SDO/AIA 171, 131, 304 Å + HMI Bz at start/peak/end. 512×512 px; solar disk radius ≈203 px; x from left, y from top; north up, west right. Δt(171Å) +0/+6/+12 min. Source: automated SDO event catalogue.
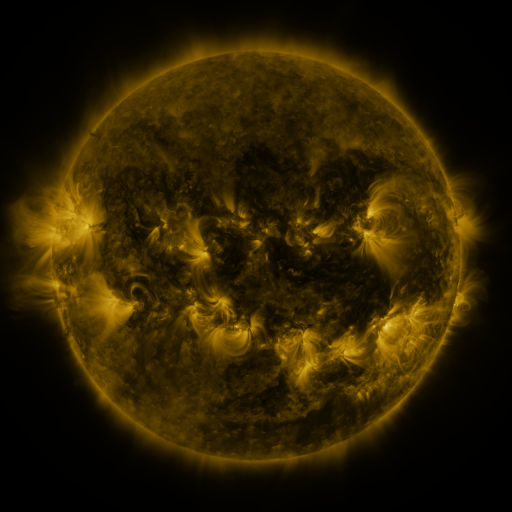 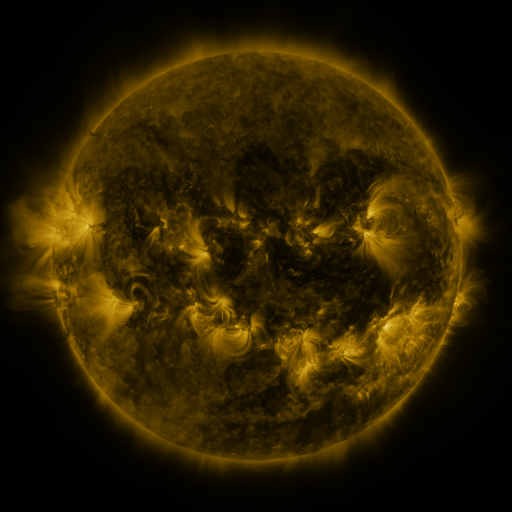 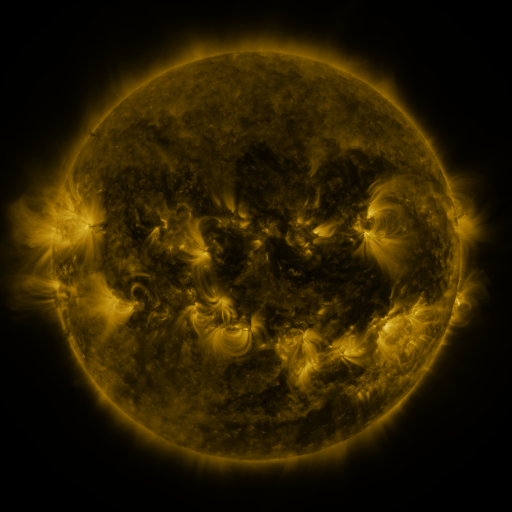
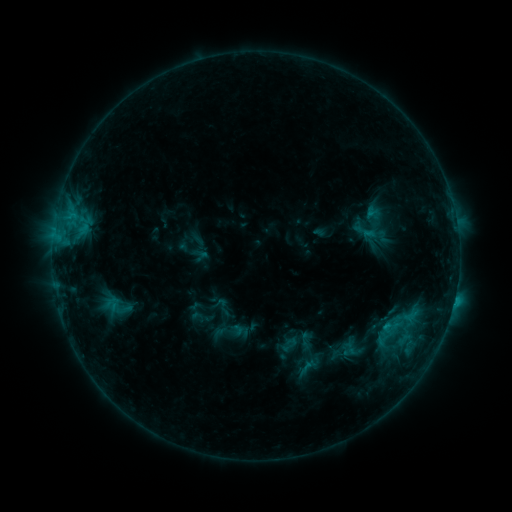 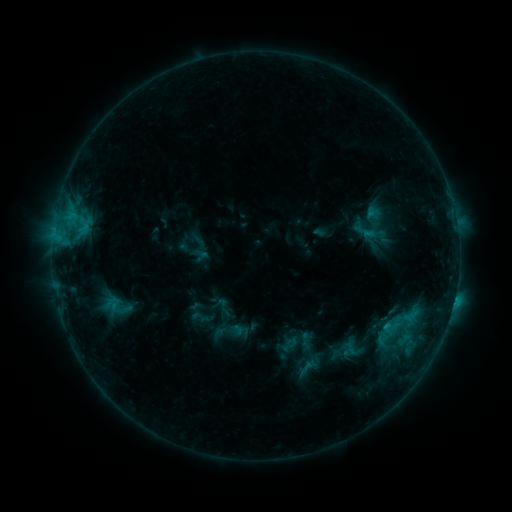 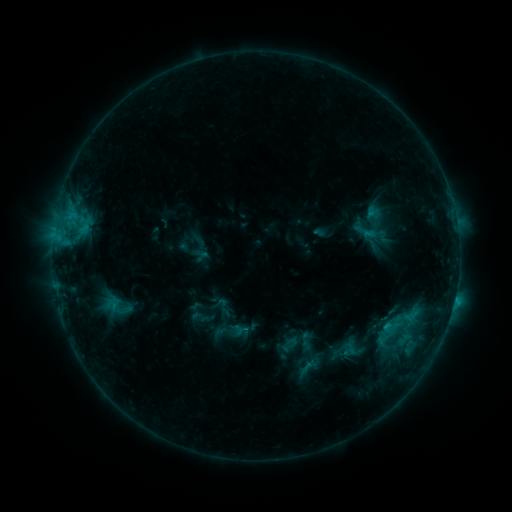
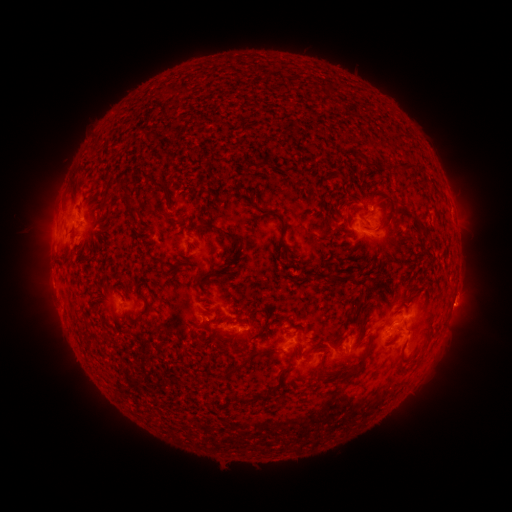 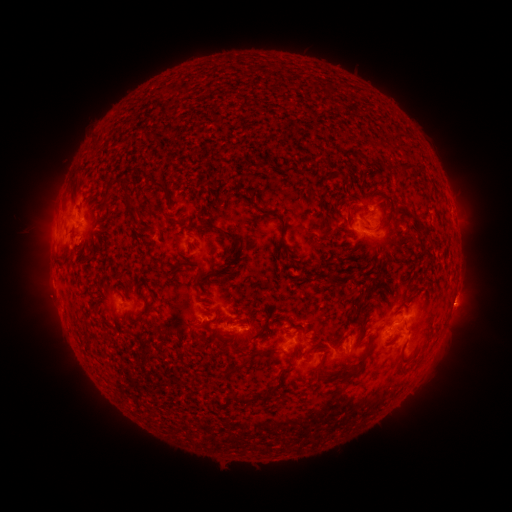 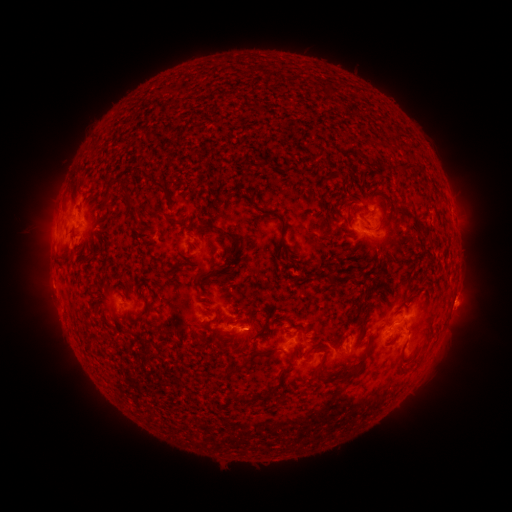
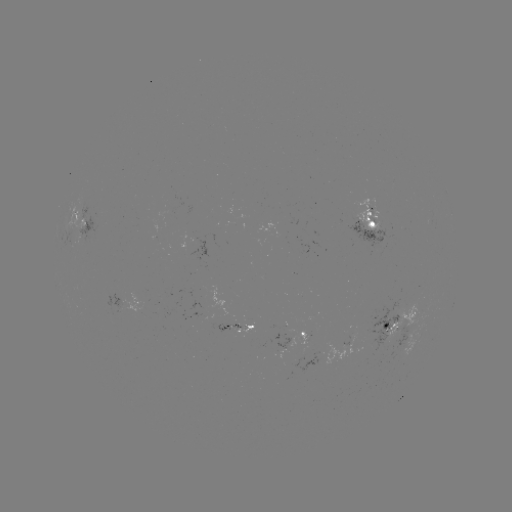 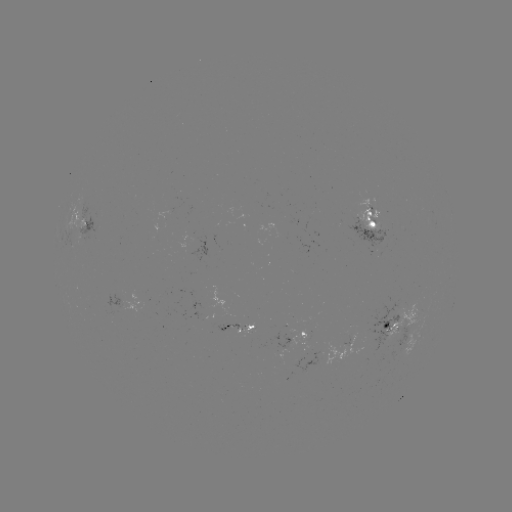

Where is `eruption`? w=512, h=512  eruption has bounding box [432, 283, 482, 329].